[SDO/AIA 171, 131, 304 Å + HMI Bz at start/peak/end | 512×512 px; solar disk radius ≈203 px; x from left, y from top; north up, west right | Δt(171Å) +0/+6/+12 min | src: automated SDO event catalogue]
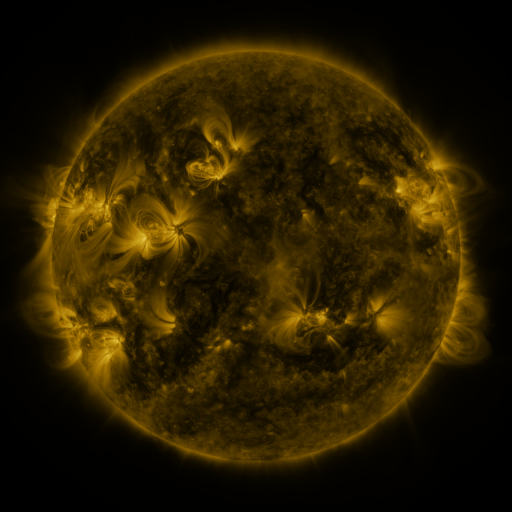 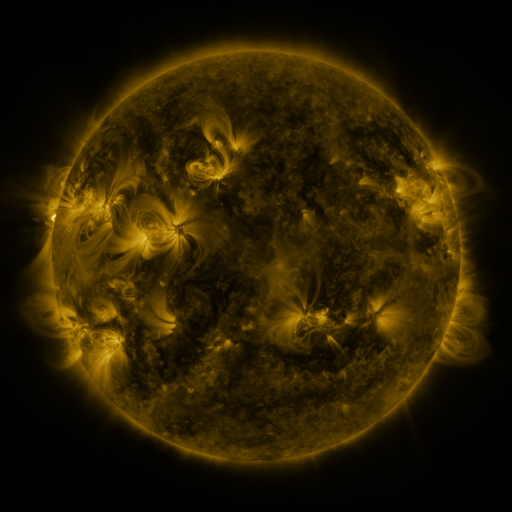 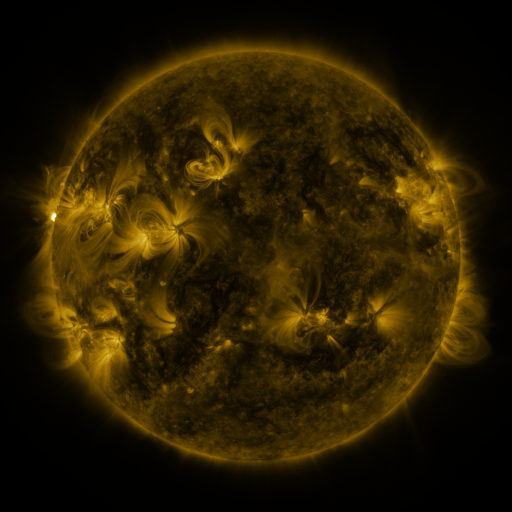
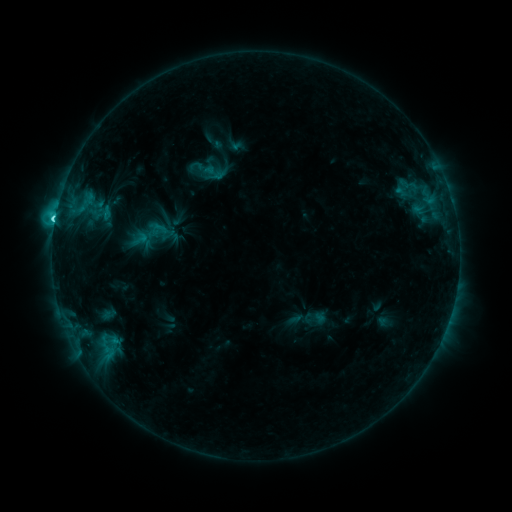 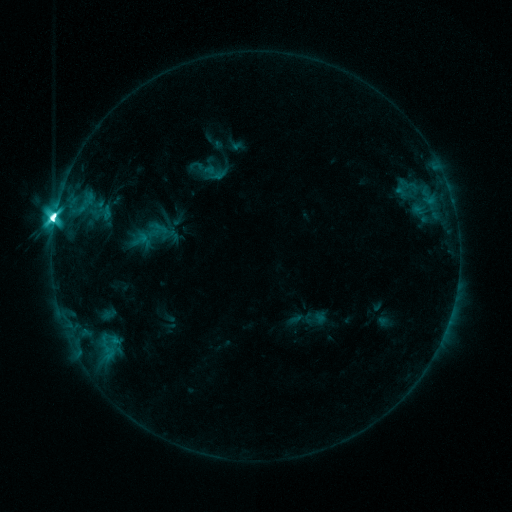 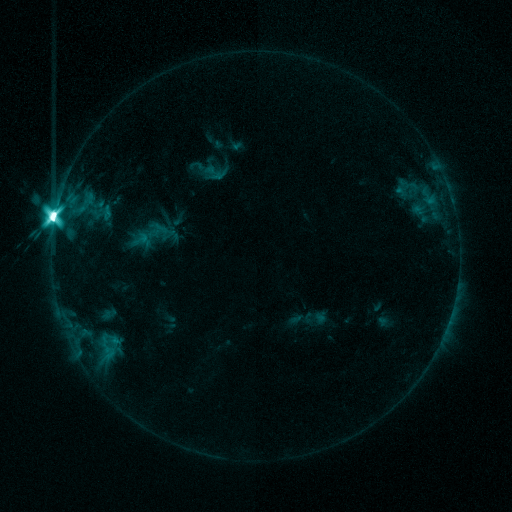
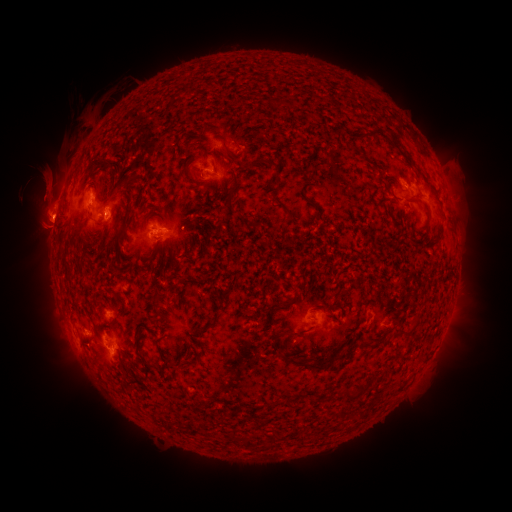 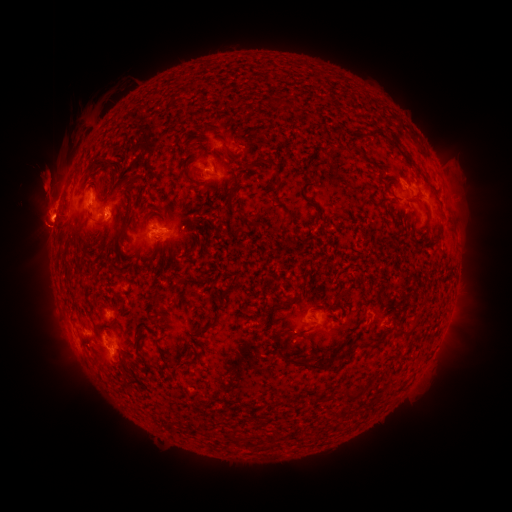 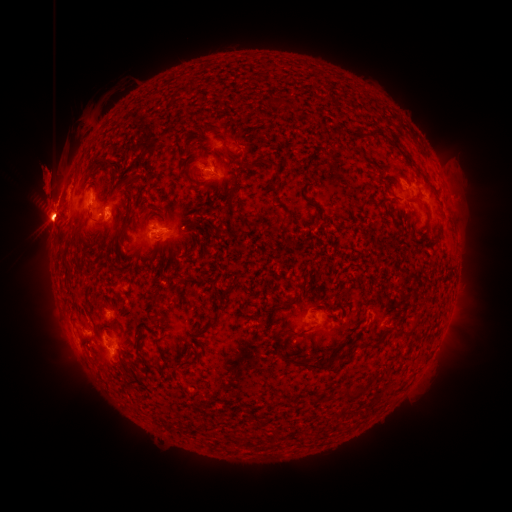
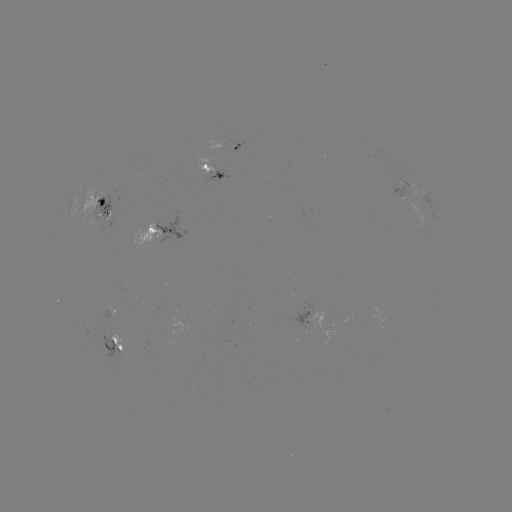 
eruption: (9, 213, 72, 262)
